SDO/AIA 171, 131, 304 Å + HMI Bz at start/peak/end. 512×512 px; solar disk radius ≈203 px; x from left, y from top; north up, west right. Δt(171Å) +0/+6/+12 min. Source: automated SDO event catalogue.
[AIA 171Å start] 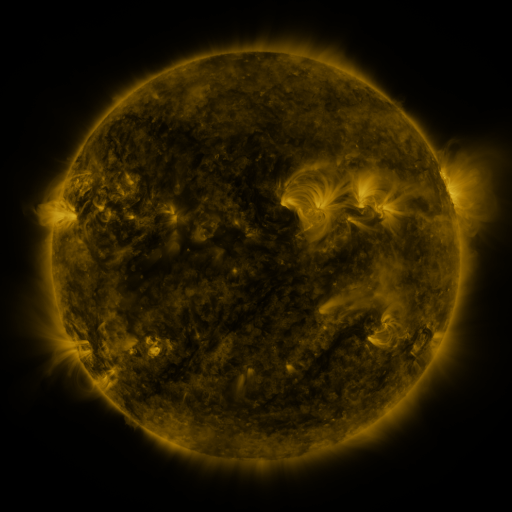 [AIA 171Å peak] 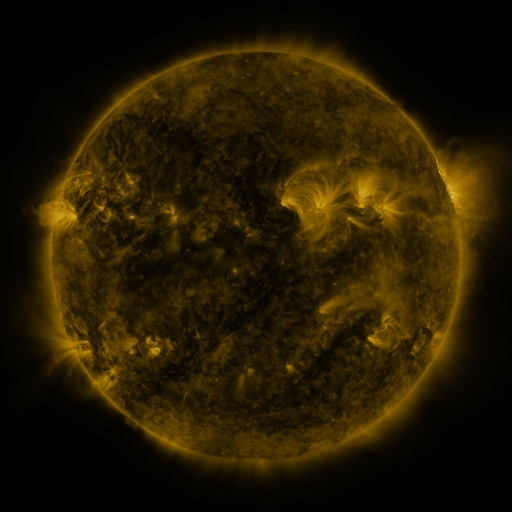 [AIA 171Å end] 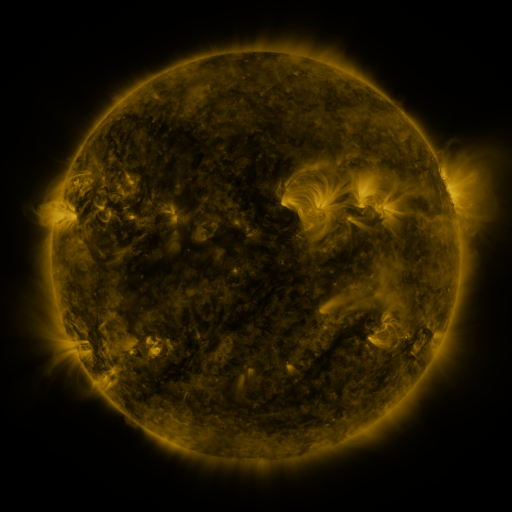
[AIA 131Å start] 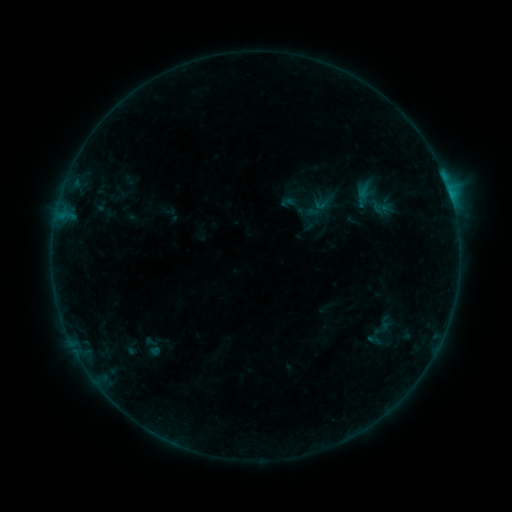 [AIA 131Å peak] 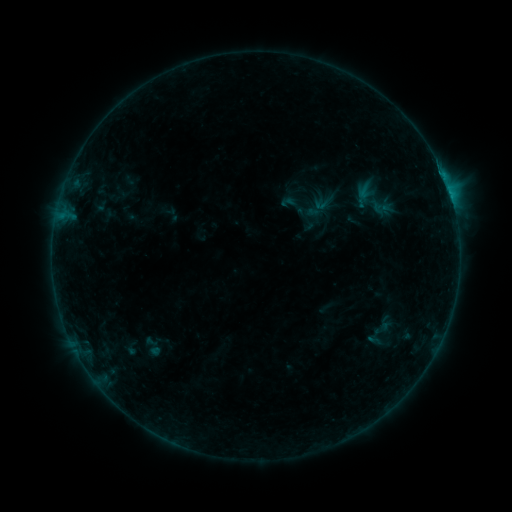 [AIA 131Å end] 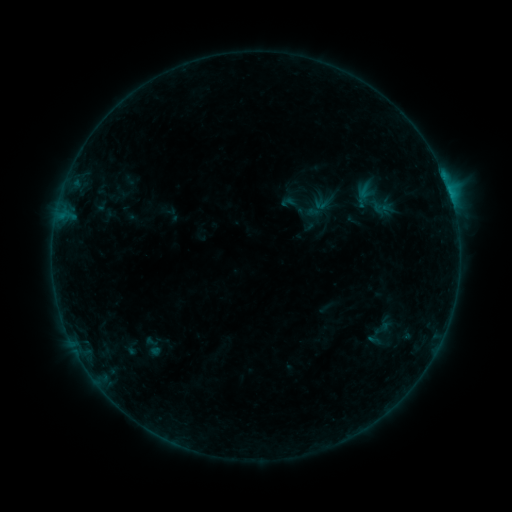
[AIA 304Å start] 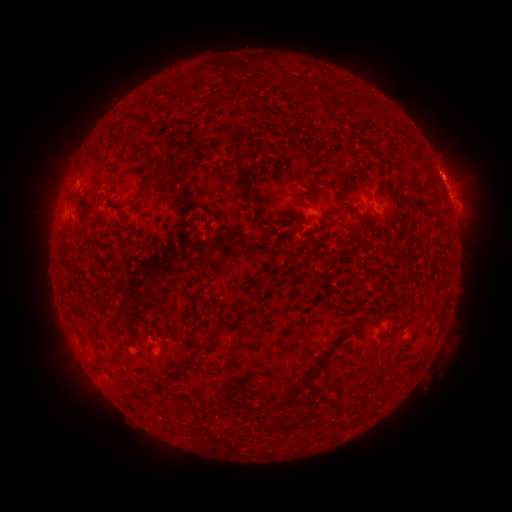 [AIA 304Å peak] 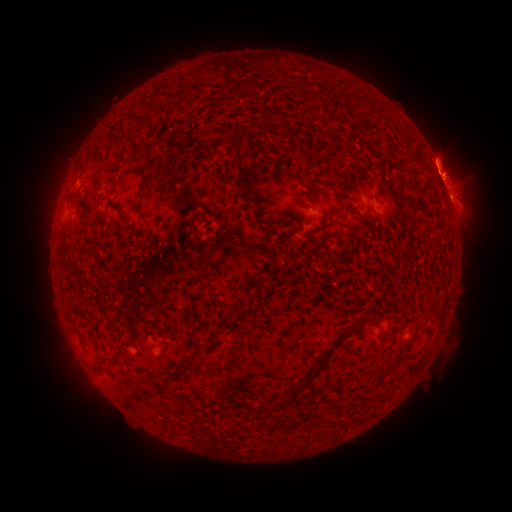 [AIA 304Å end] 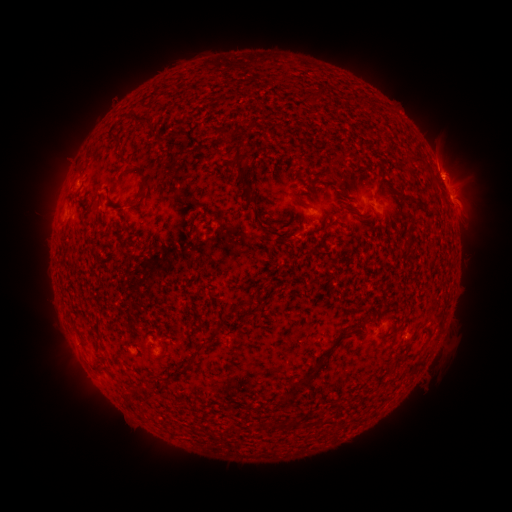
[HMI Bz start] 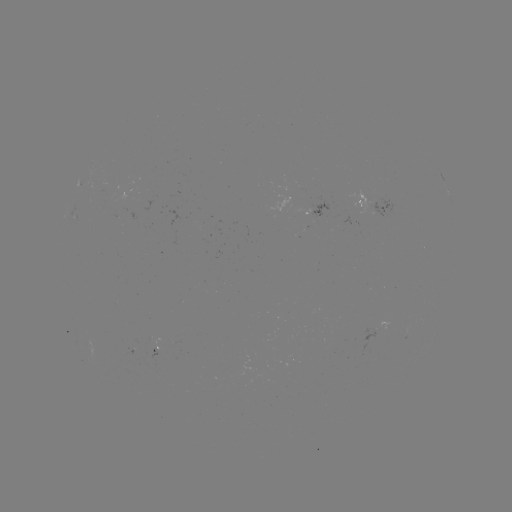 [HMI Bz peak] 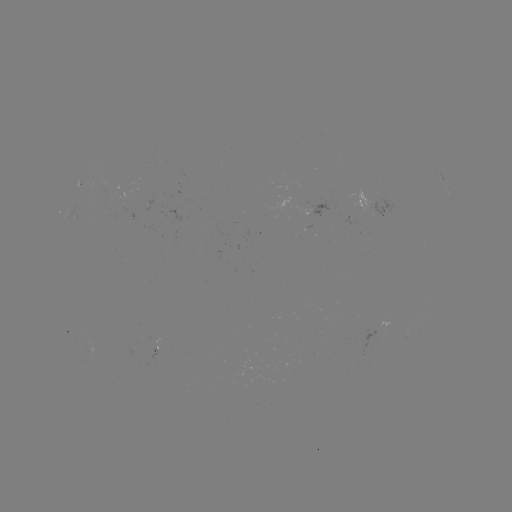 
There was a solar eruption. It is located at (444, 156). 